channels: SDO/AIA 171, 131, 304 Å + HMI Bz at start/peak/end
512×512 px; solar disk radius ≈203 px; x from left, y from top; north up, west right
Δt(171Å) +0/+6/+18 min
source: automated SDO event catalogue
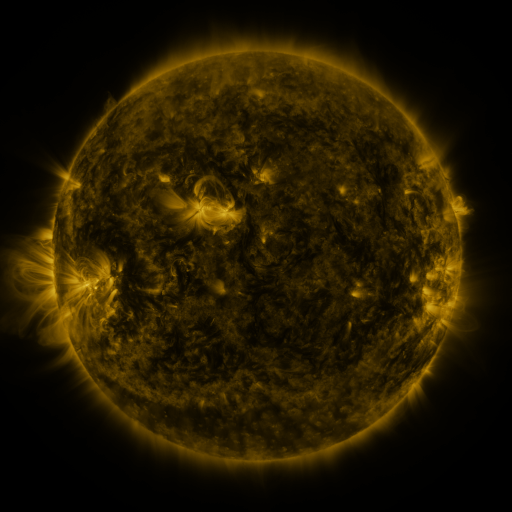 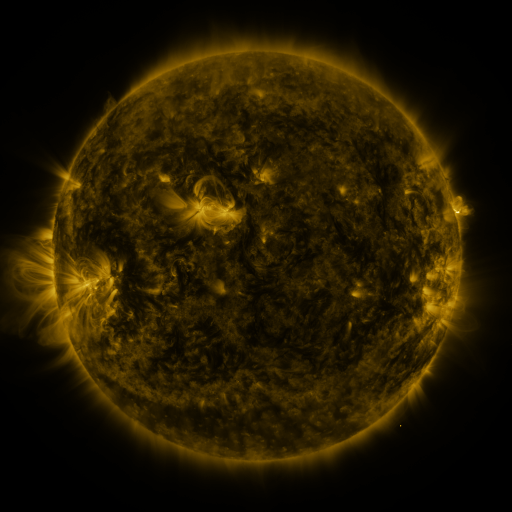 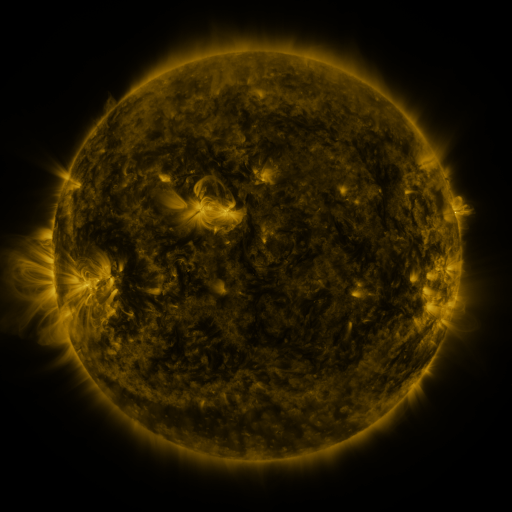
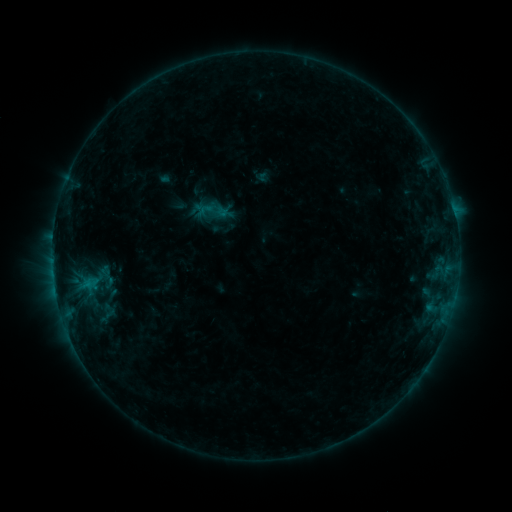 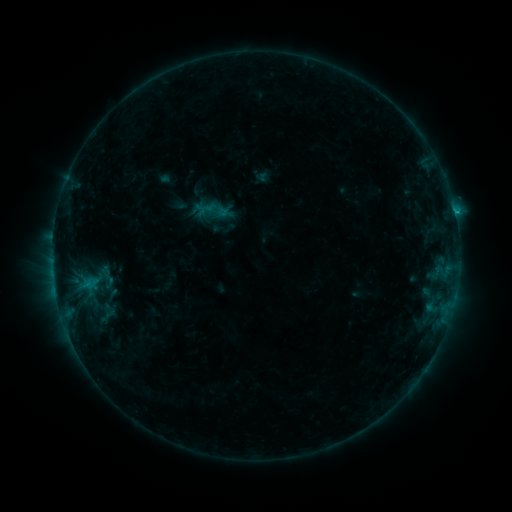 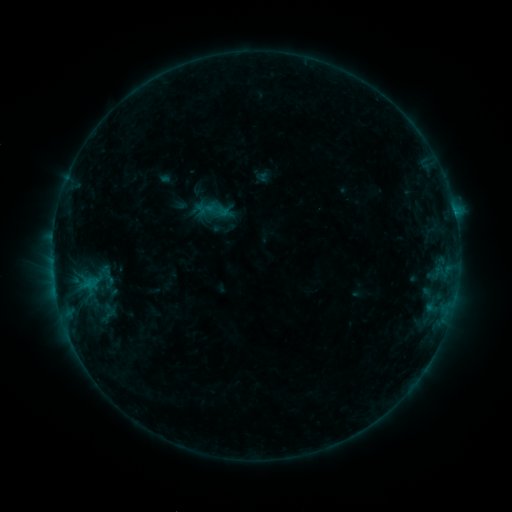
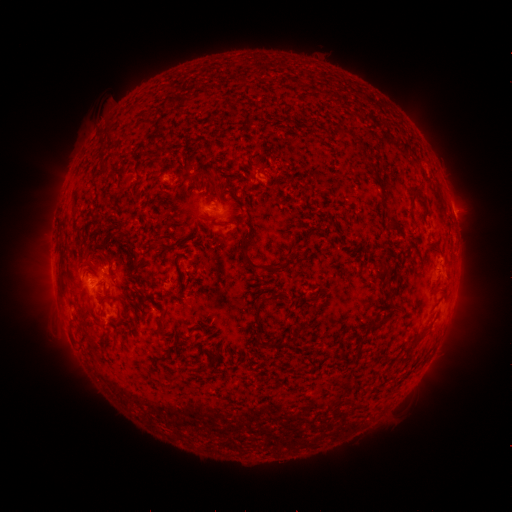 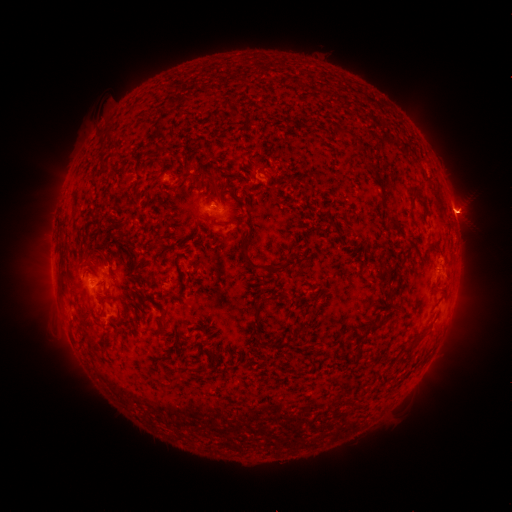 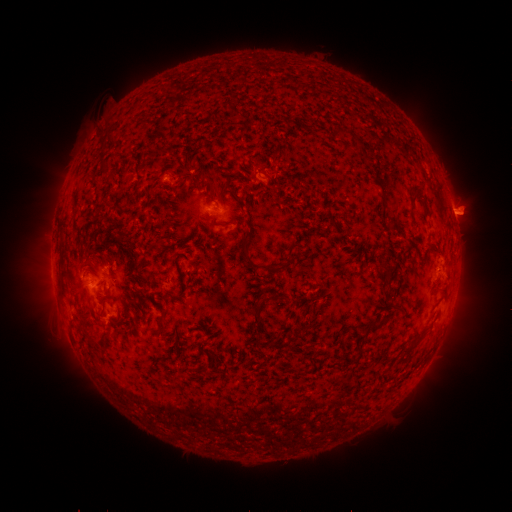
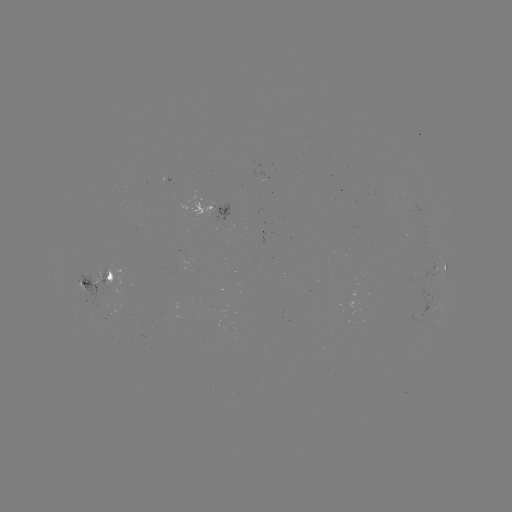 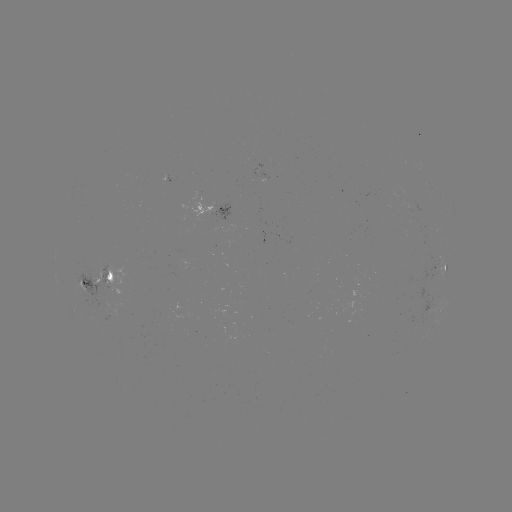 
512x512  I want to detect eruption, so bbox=[439, 185, 497, 240].